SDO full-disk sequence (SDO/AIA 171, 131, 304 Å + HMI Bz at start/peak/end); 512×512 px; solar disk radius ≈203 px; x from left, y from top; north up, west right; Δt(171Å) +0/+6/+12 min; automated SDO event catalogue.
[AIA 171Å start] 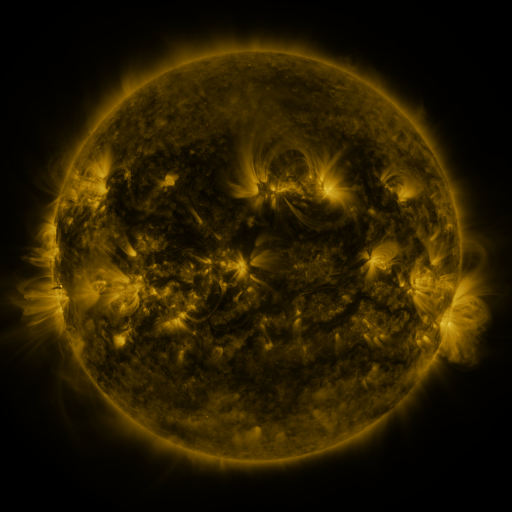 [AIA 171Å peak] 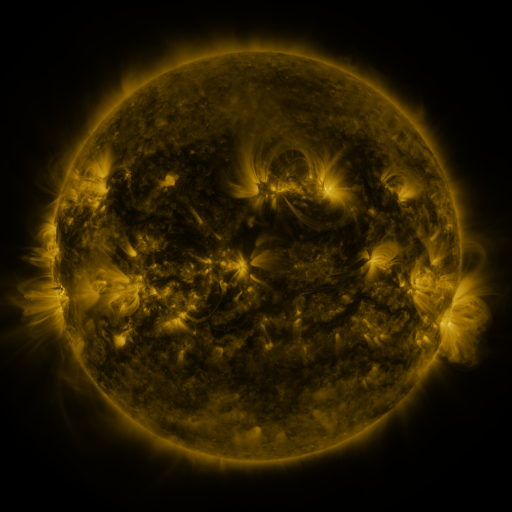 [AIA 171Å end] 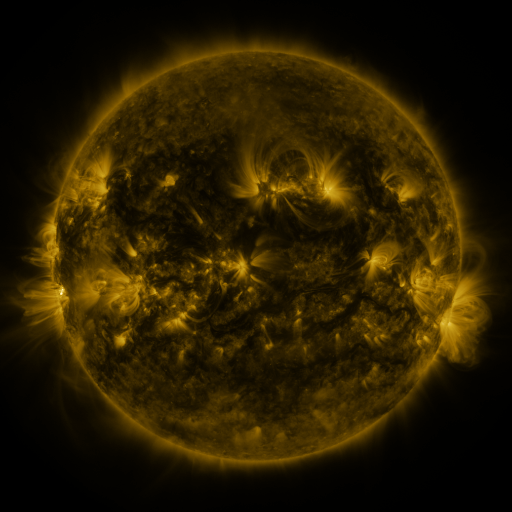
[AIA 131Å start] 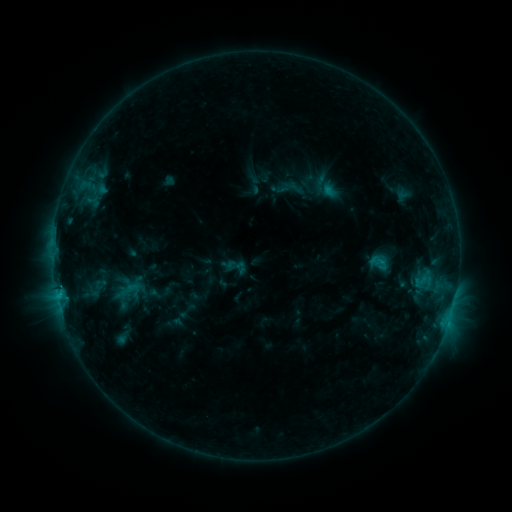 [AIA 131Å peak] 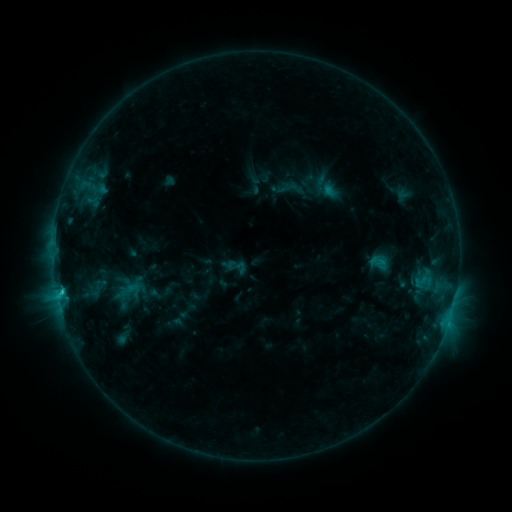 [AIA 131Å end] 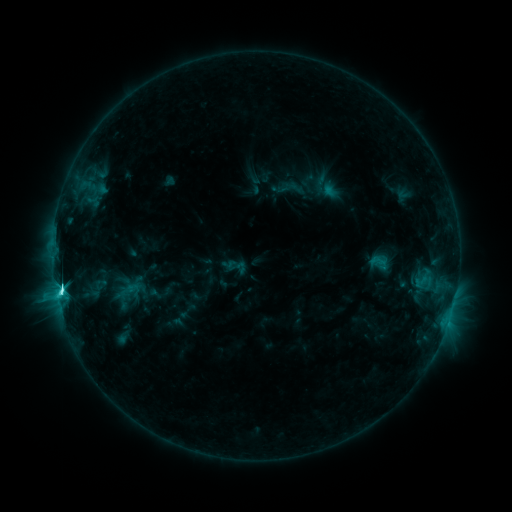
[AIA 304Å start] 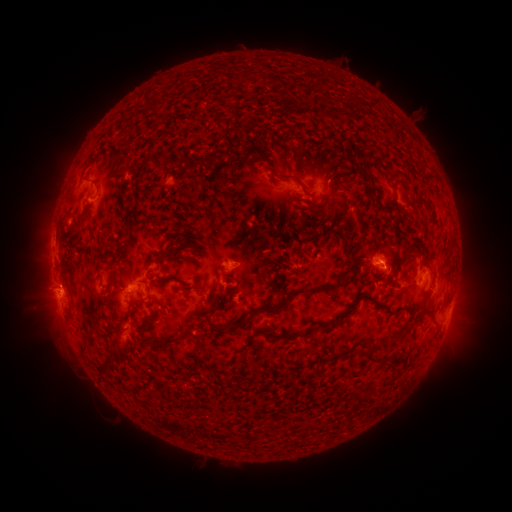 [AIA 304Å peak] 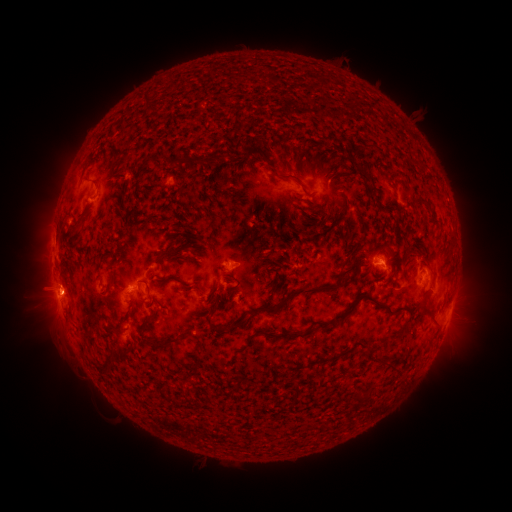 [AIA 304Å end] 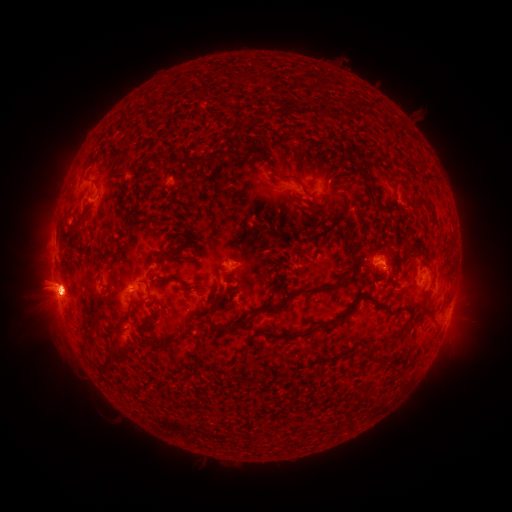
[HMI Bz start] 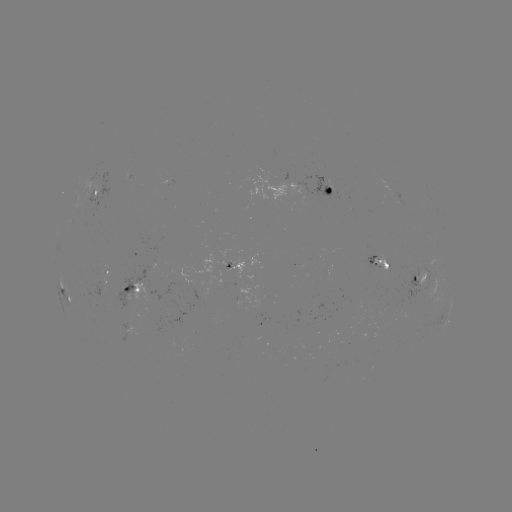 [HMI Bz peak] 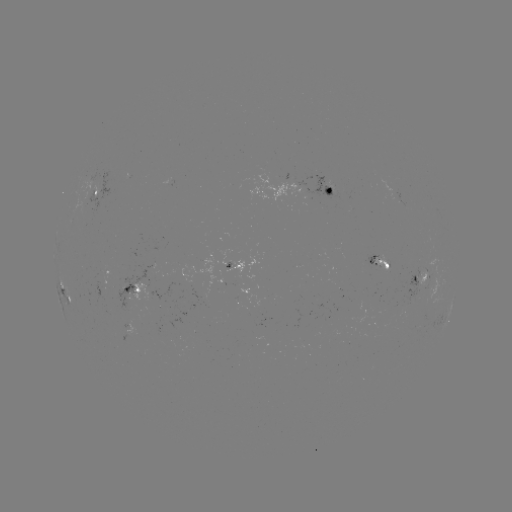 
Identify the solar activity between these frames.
C8.3 flare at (63, 288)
